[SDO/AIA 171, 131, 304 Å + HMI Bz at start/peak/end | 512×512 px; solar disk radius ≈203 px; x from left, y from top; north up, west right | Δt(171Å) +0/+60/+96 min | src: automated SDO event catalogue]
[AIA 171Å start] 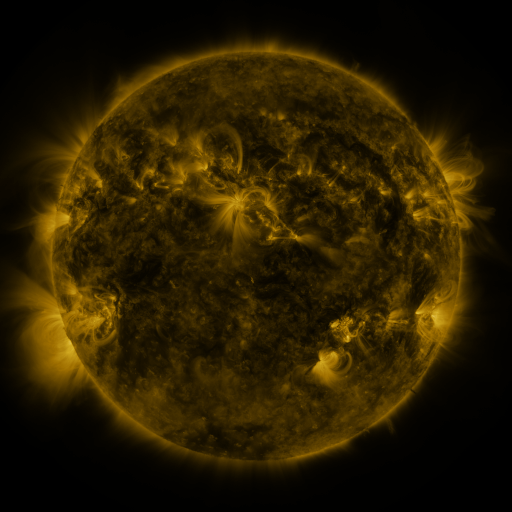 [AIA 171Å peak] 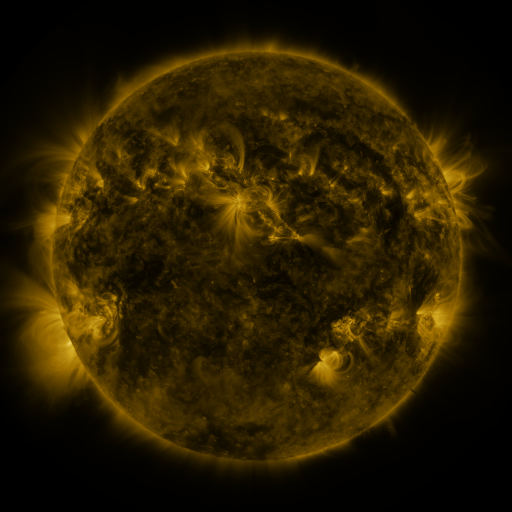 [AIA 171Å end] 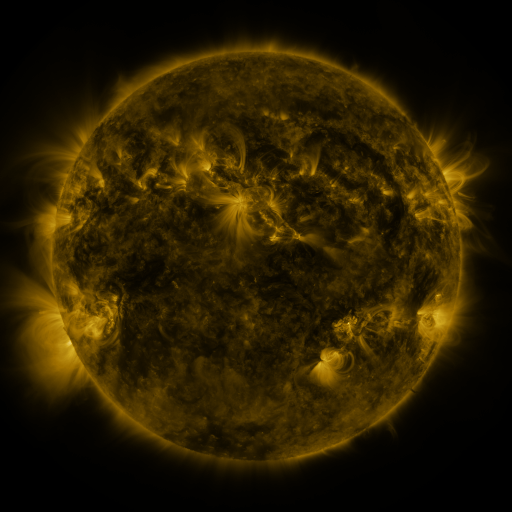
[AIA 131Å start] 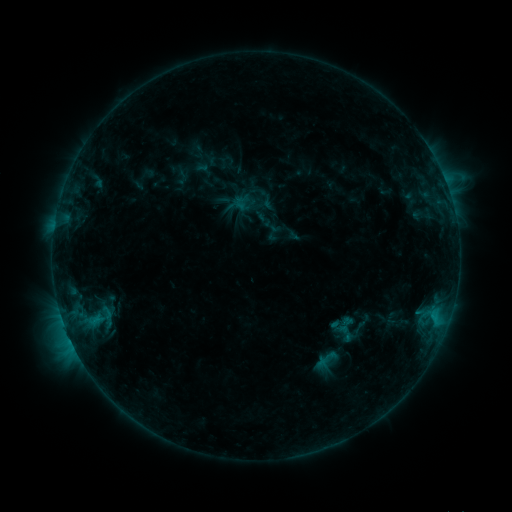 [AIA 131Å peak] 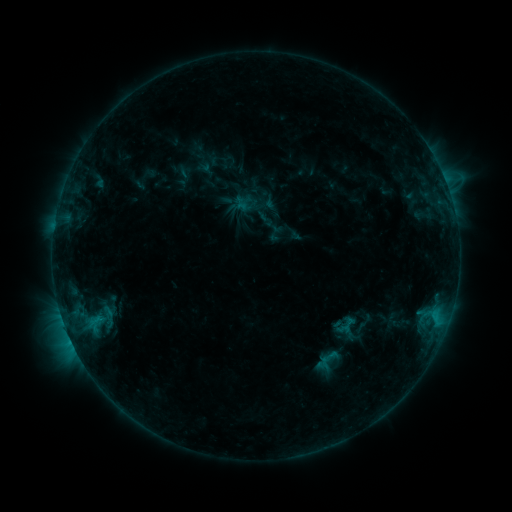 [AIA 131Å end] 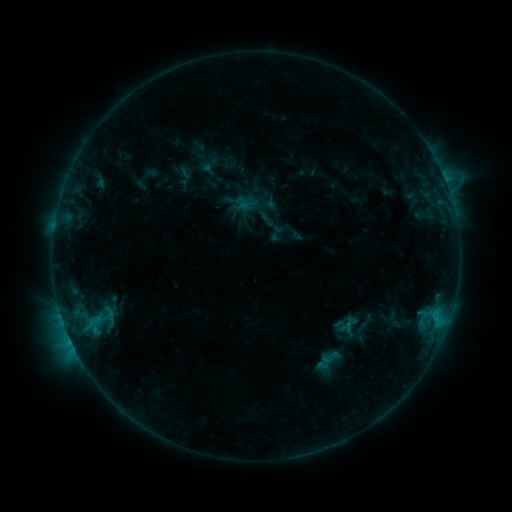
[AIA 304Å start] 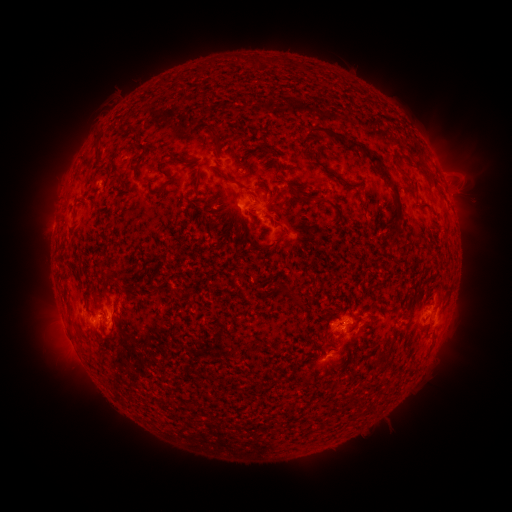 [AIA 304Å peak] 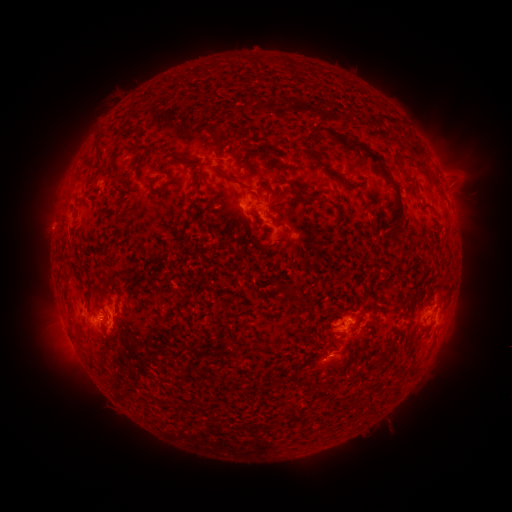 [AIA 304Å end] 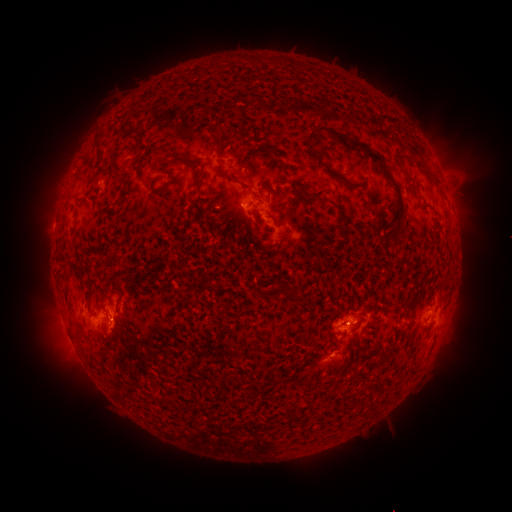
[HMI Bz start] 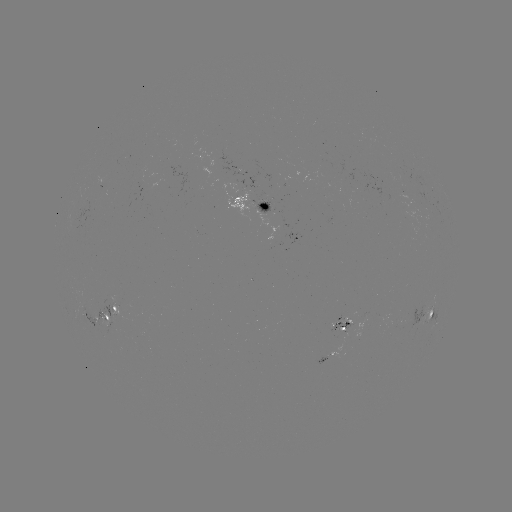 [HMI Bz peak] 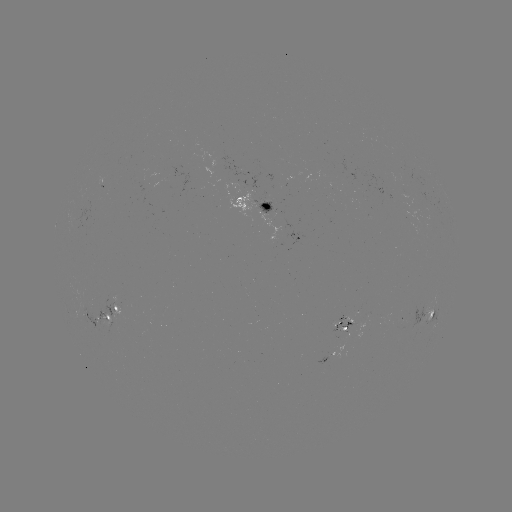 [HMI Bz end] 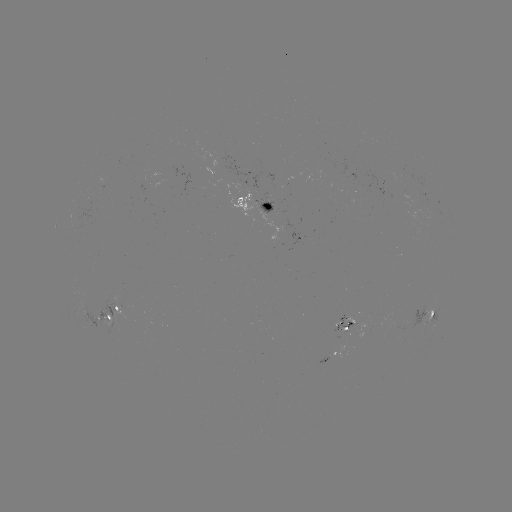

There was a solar emerging-flux region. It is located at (393, 186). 